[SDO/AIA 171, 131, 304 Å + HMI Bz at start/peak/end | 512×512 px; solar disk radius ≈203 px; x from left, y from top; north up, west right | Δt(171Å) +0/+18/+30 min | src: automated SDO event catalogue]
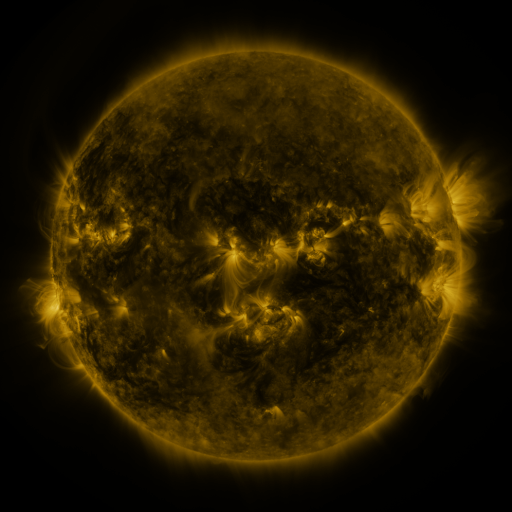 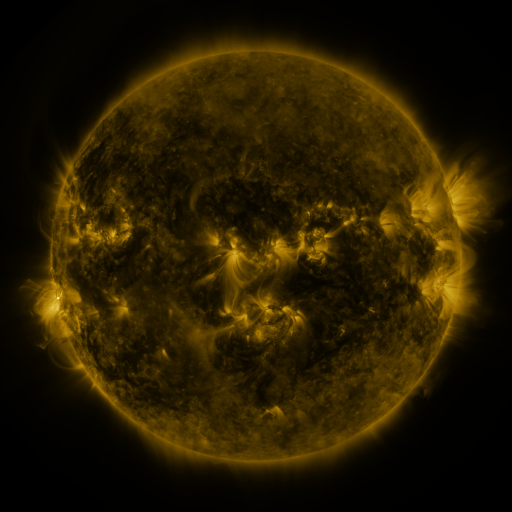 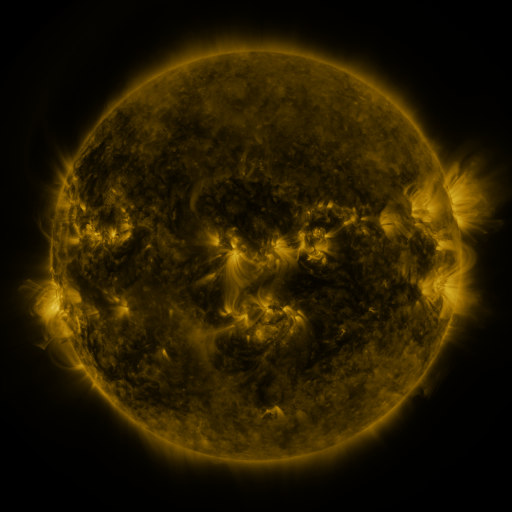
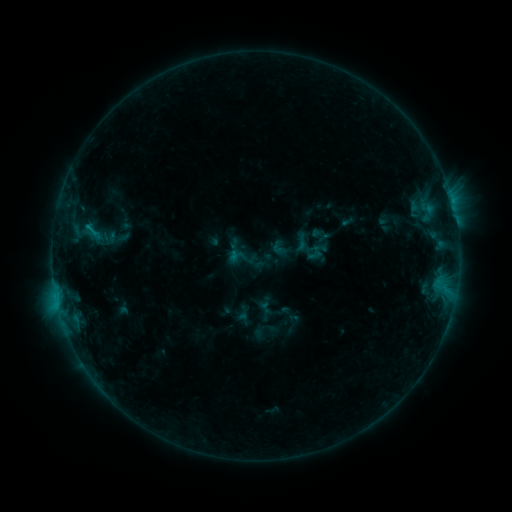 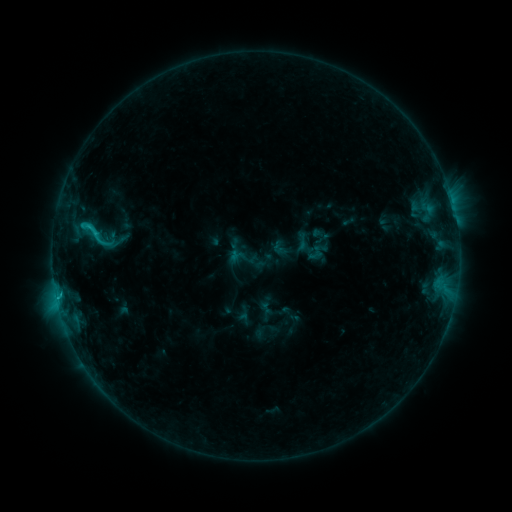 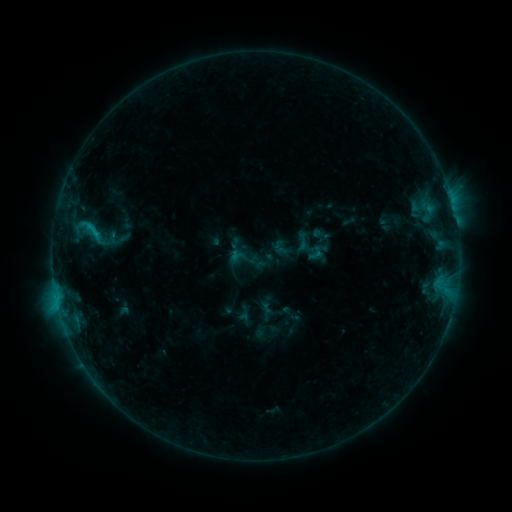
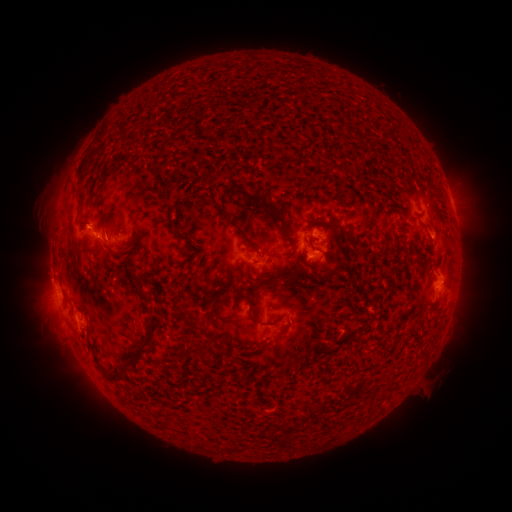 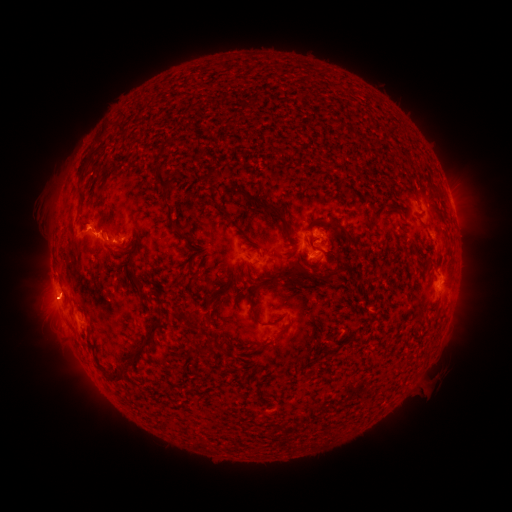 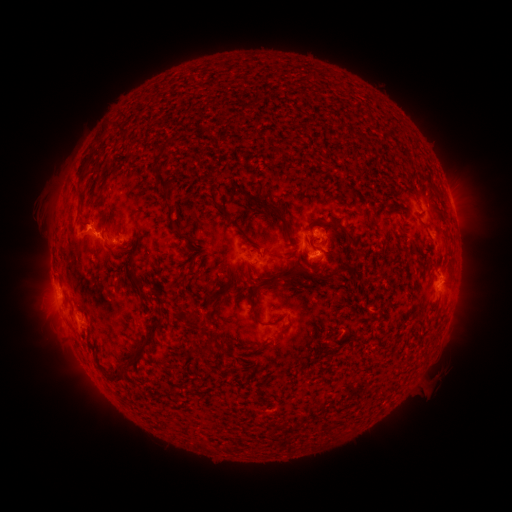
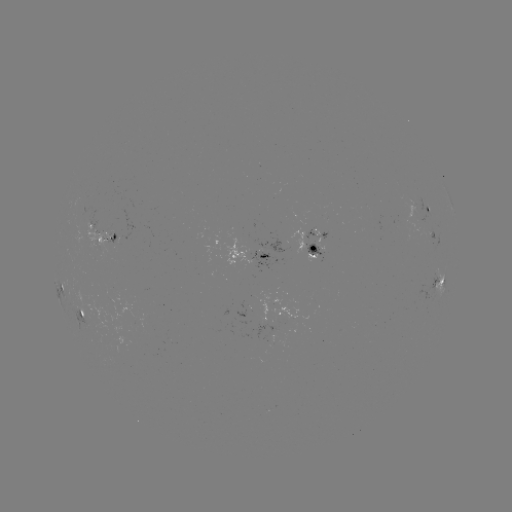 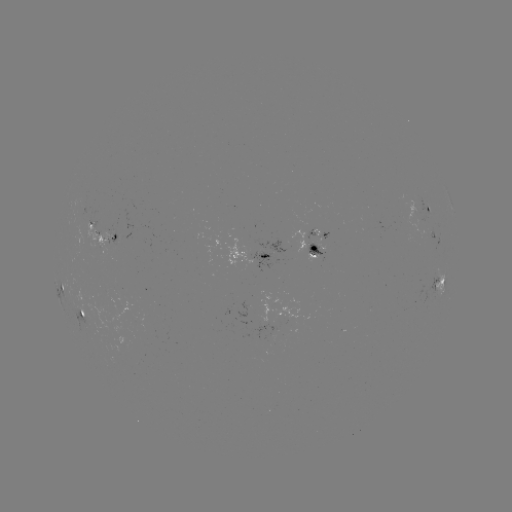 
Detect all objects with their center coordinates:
C1.4 flare: (83, 226)
